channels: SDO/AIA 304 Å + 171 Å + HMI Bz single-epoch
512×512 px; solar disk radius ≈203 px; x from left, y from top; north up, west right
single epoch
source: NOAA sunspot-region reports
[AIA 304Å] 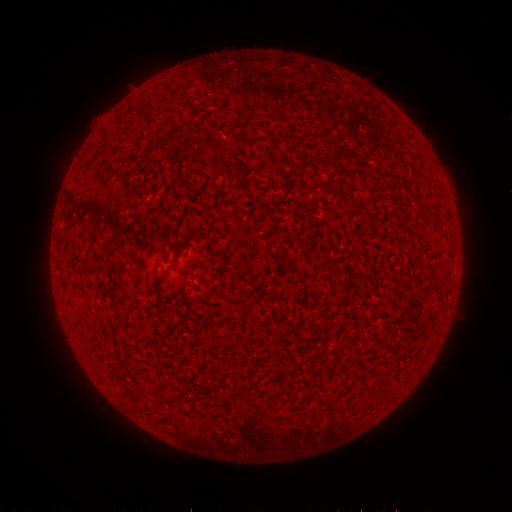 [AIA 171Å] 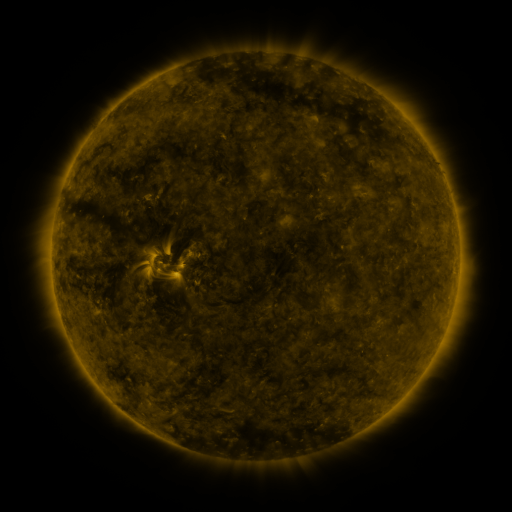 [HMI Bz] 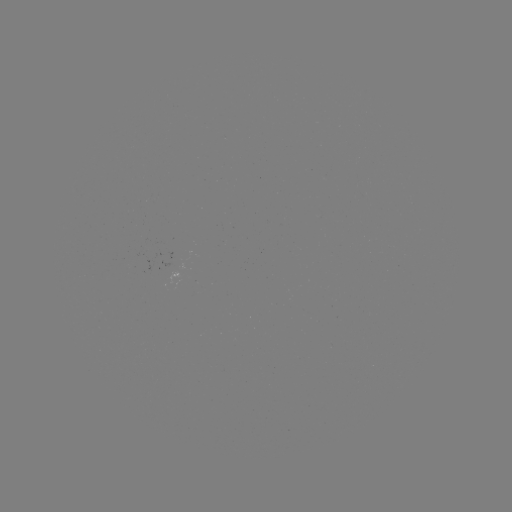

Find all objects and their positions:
(none)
